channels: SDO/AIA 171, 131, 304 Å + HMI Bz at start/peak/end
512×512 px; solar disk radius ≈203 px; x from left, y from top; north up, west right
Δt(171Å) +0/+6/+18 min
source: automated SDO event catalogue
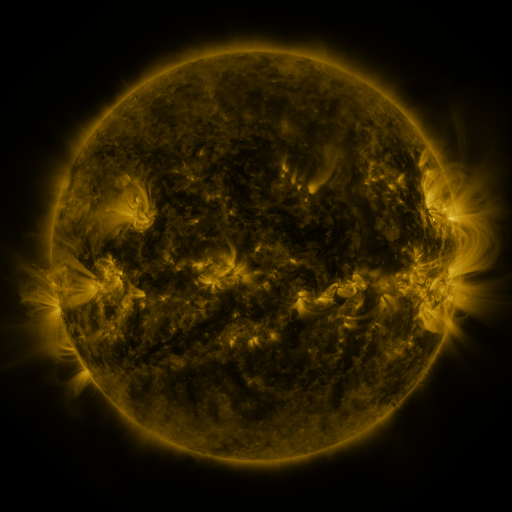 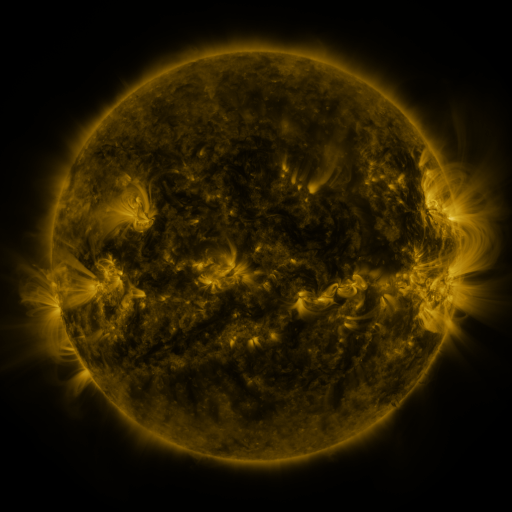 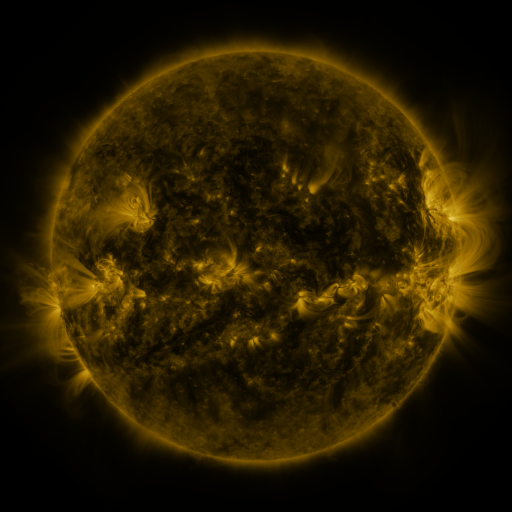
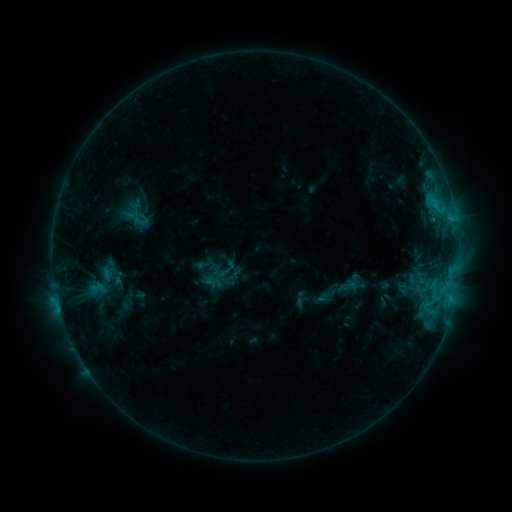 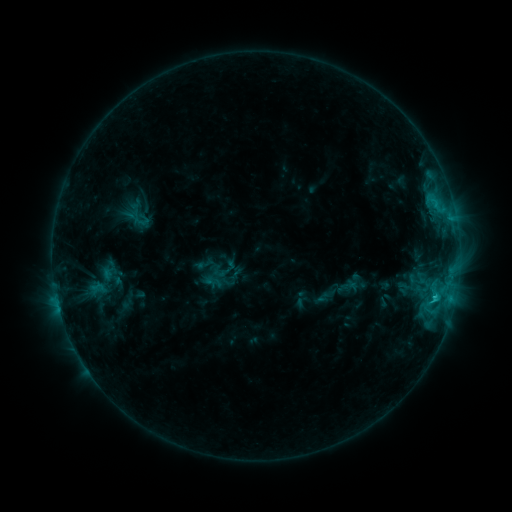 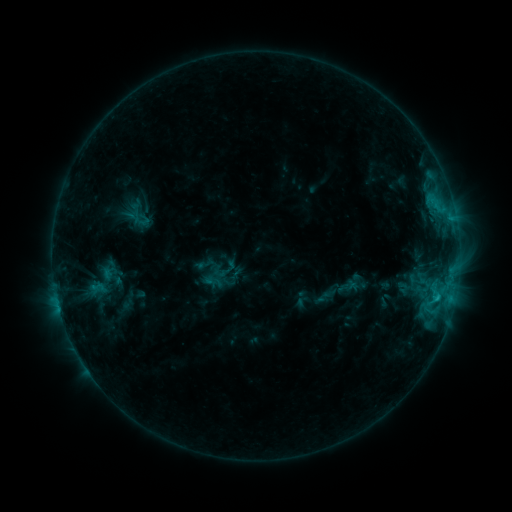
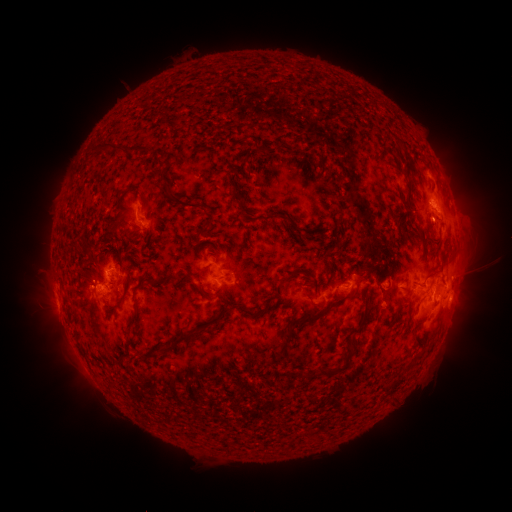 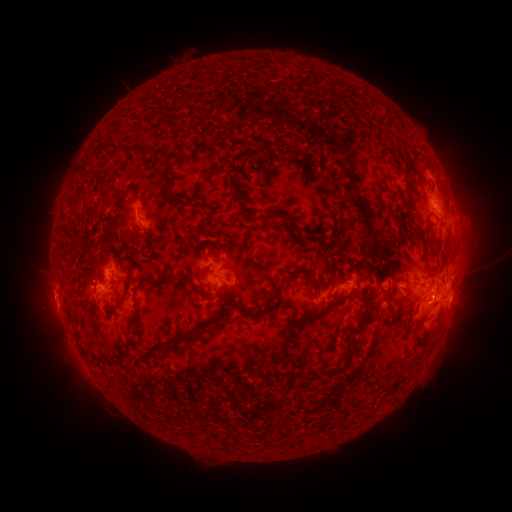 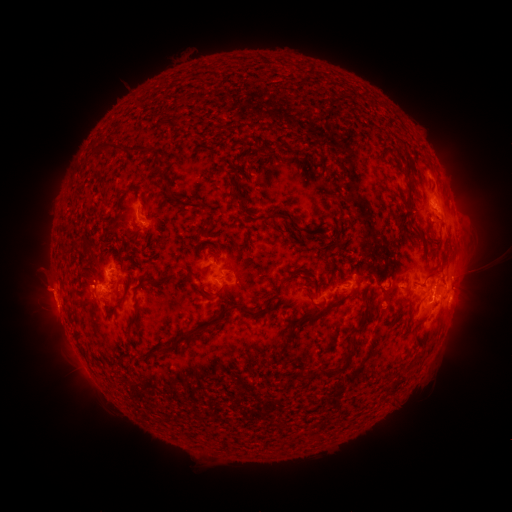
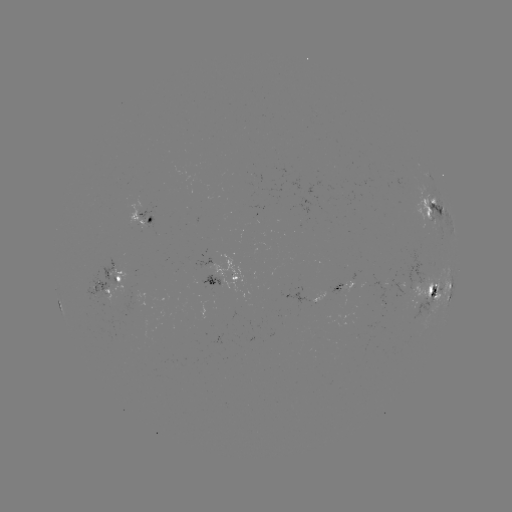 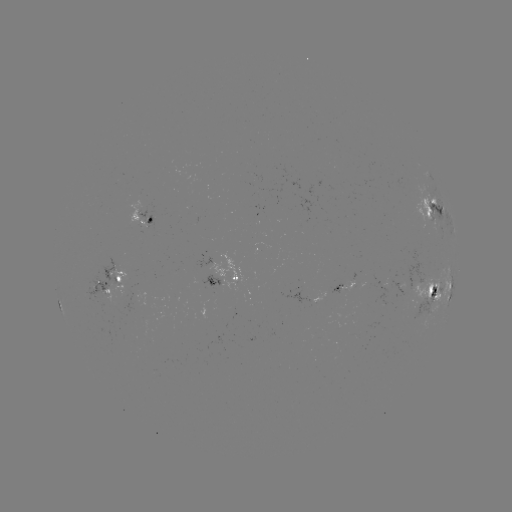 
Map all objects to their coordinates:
C1.7 flare: (435, 295)
